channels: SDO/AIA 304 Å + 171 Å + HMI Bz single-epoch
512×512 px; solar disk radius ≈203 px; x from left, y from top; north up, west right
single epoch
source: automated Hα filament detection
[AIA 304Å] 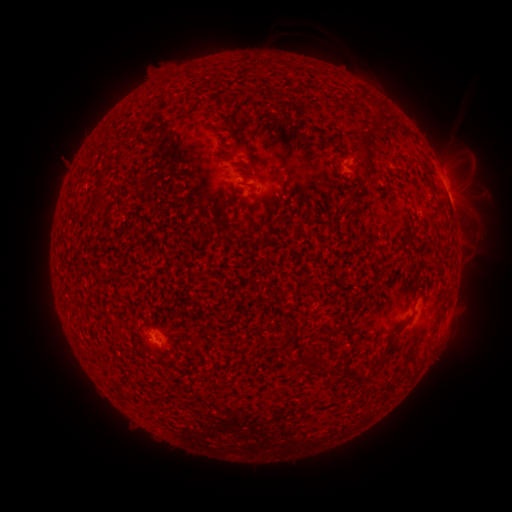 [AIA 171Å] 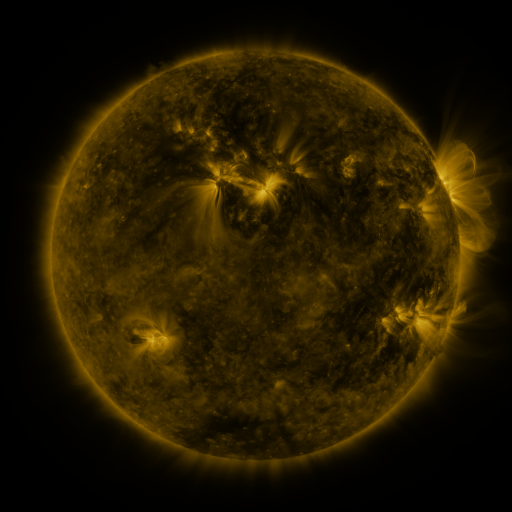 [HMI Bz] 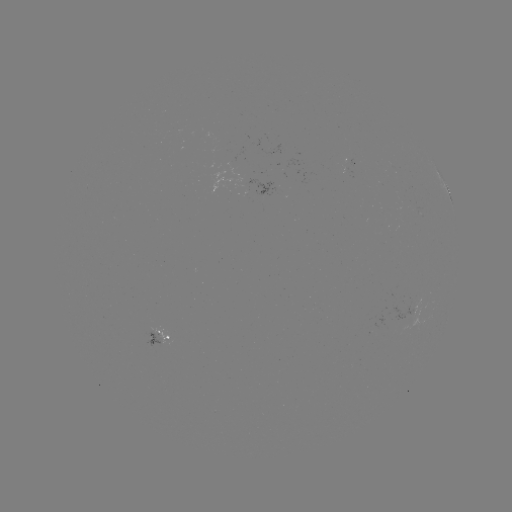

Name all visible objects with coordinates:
filament: <bbox>362, 129, 381, 178</bbox>
filament: <bbox>94, 169, 107, 205</bbox>
filament: <bbox>349, 195, 360, 206</bbox>
filament: <bbox>381, 324, 402, 356</bbox>
filament: <bbox>306, 358, 318, 371</bbox>
